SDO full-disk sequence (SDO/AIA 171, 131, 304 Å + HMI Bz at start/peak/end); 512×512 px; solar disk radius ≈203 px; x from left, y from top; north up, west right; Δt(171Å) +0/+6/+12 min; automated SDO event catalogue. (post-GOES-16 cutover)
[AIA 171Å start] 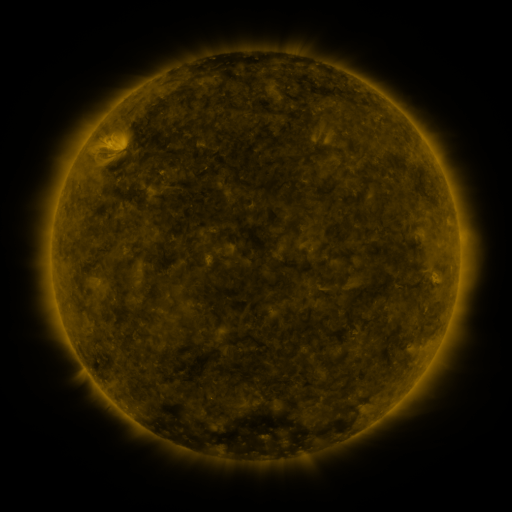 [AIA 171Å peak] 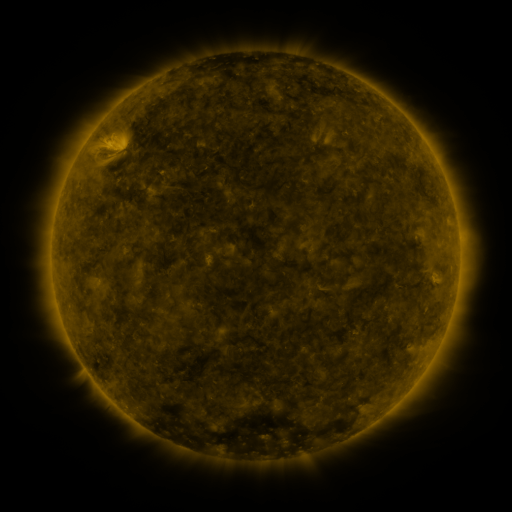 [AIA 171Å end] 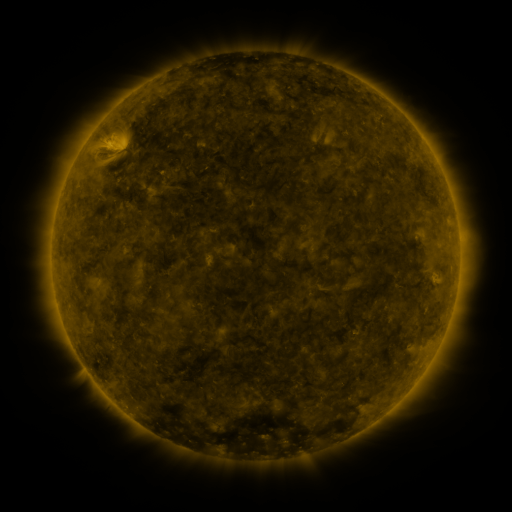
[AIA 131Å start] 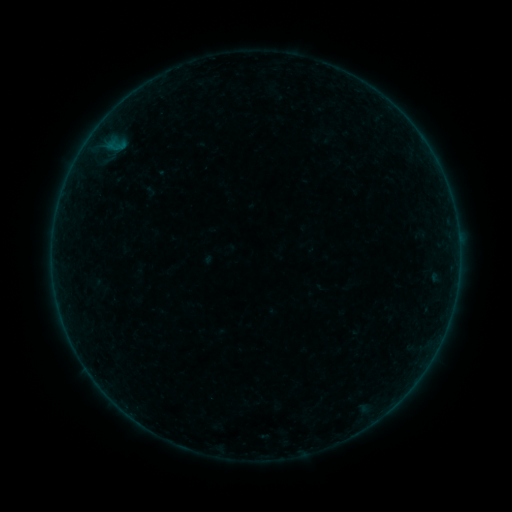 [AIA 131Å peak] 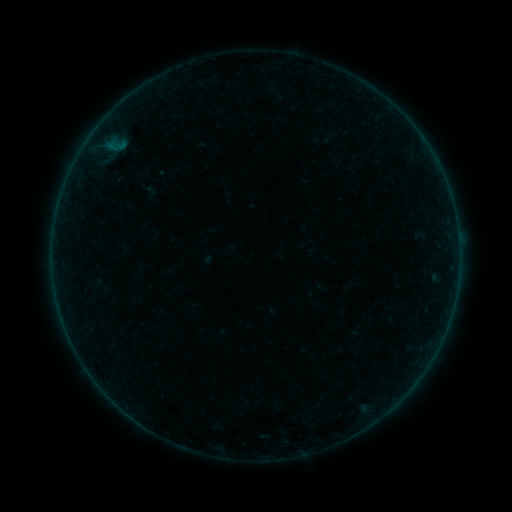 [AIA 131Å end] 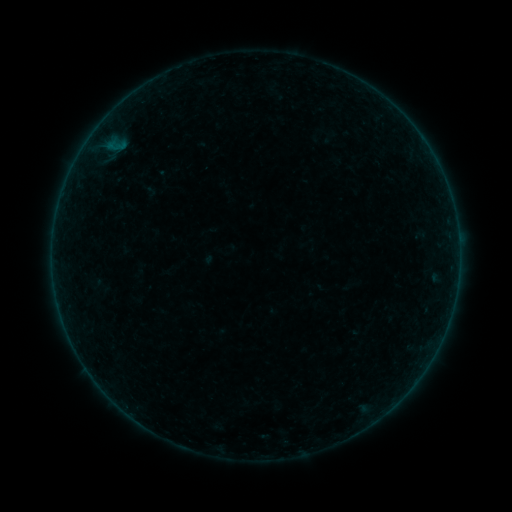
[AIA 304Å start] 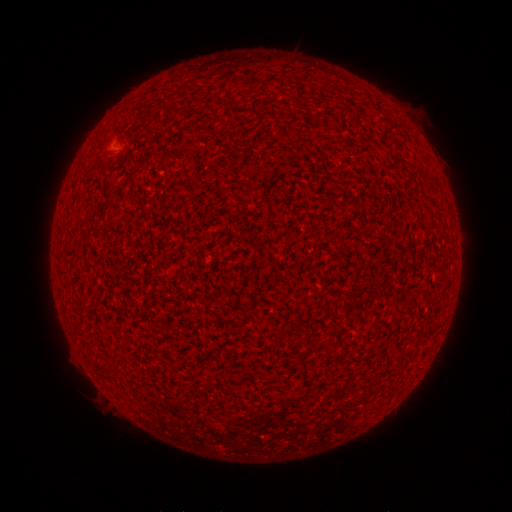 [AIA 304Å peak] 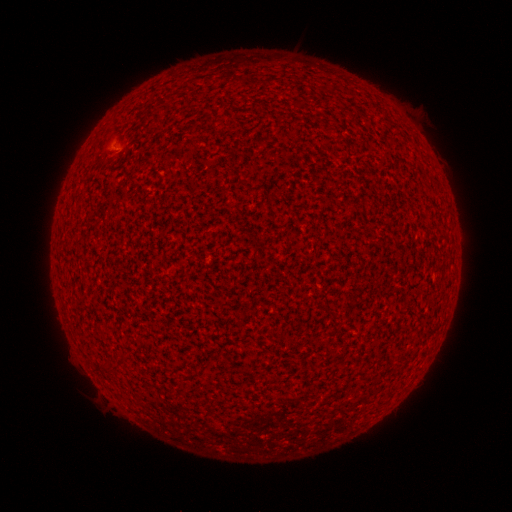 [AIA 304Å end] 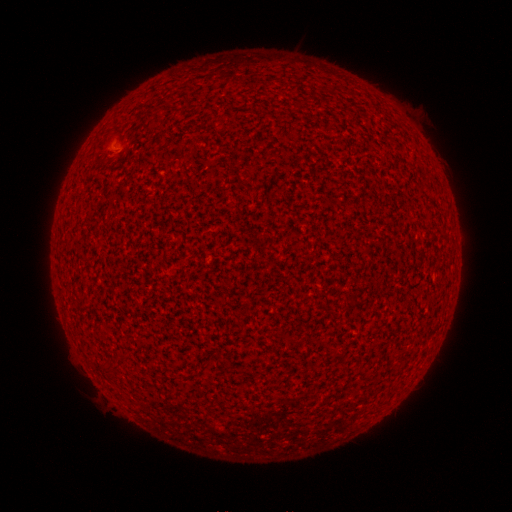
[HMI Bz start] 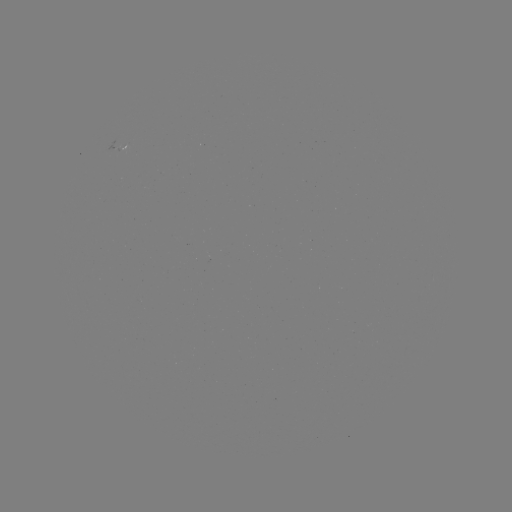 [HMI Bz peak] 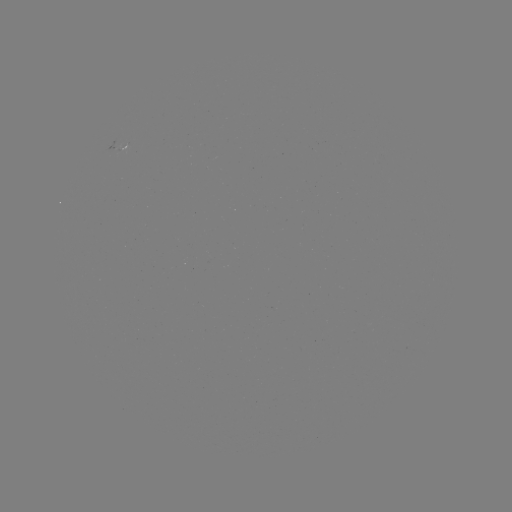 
no classed flare was catalogued and no EUV brightening was flagged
